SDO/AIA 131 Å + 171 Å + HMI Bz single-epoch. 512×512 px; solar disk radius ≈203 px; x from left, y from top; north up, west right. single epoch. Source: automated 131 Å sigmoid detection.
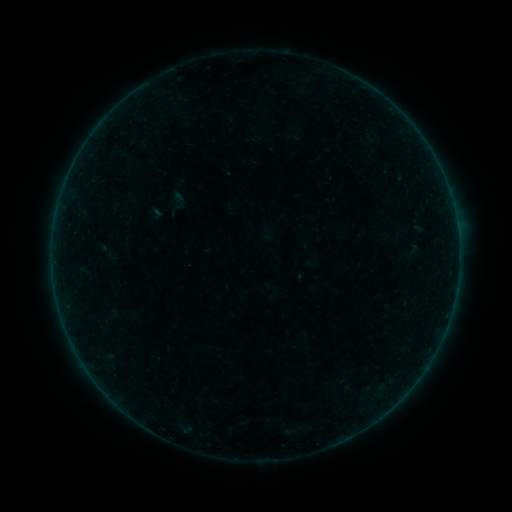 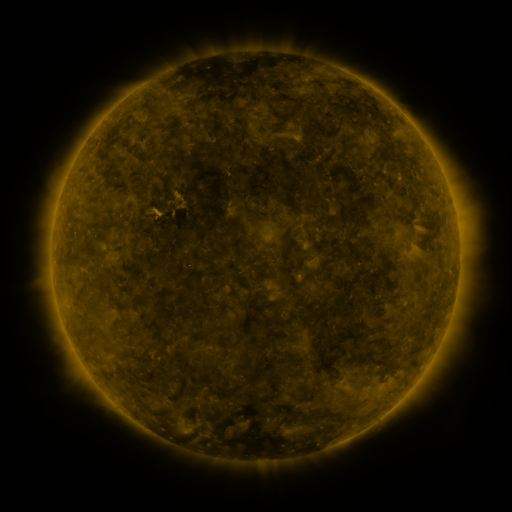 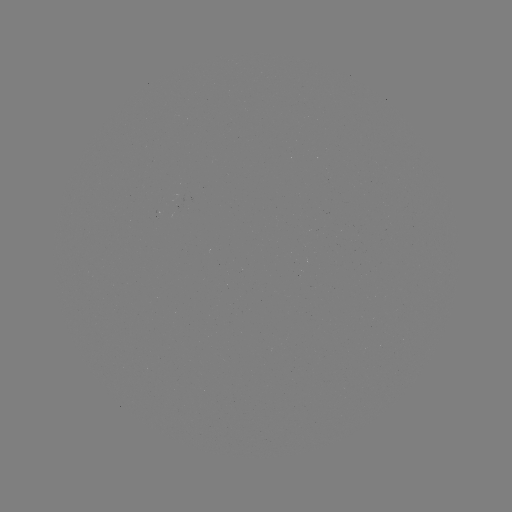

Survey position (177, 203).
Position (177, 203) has sigmoid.